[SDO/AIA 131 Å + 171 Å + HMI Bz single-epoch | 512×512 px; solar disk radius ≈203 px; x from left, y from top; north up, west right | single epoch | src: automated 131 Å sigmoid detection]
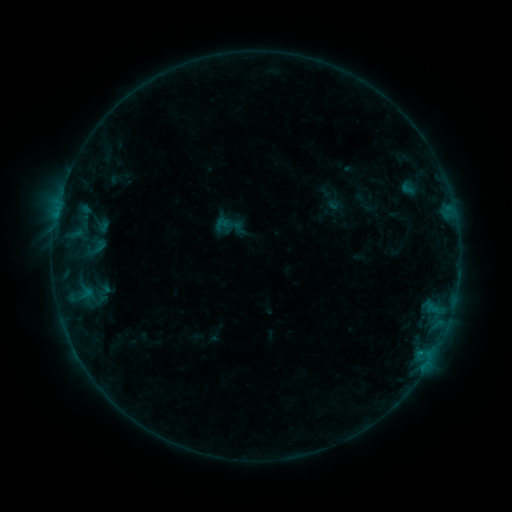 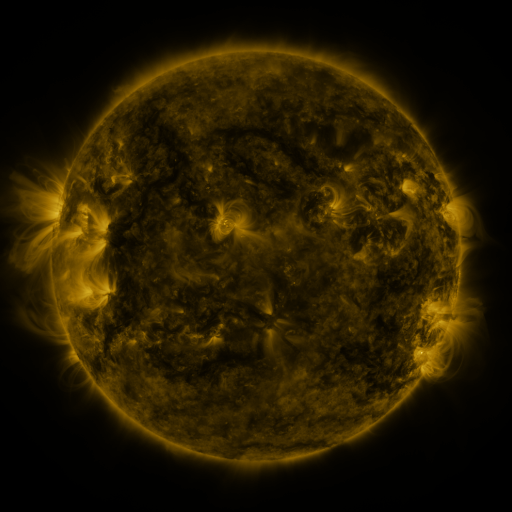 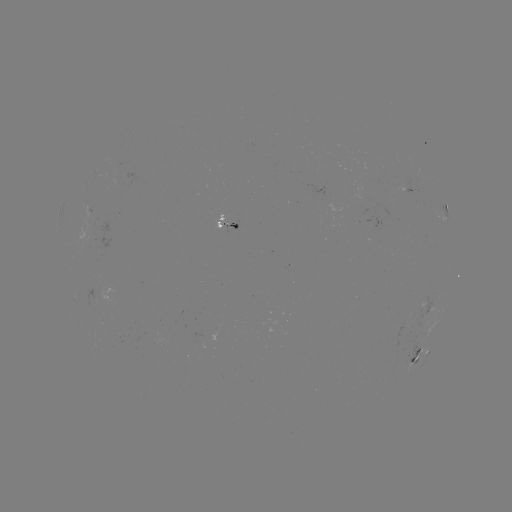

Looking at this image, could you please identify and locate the sigmoid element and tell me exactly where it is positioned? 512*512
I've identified sigmoid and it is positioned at [222, 223].